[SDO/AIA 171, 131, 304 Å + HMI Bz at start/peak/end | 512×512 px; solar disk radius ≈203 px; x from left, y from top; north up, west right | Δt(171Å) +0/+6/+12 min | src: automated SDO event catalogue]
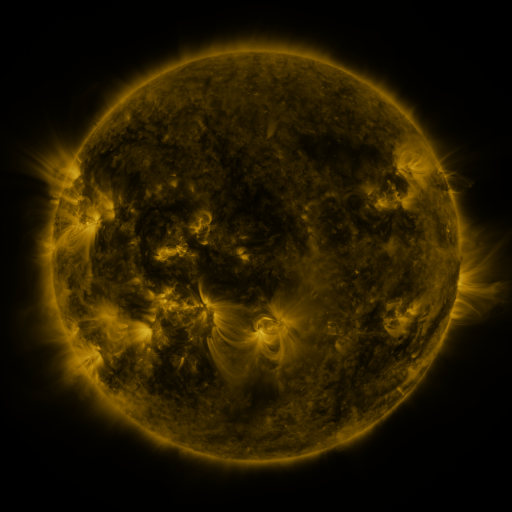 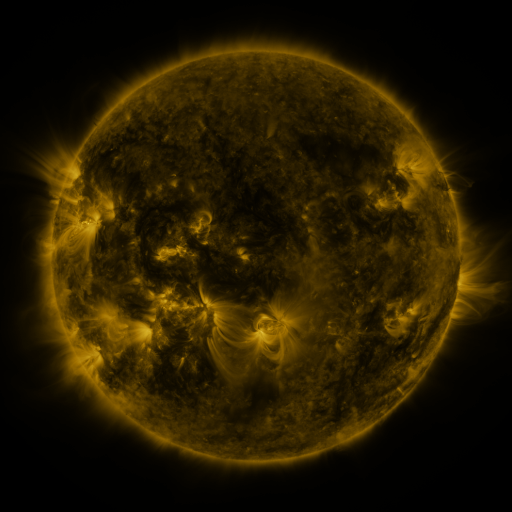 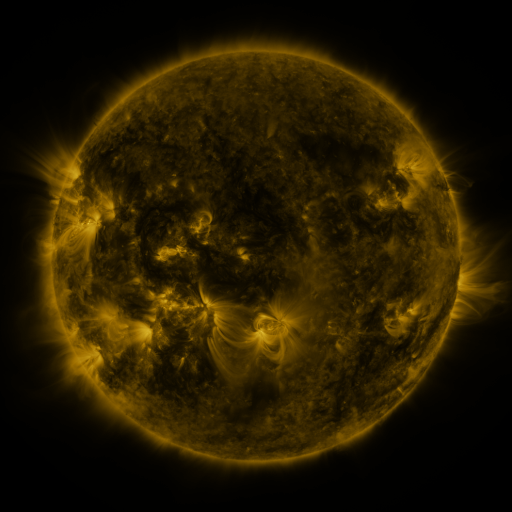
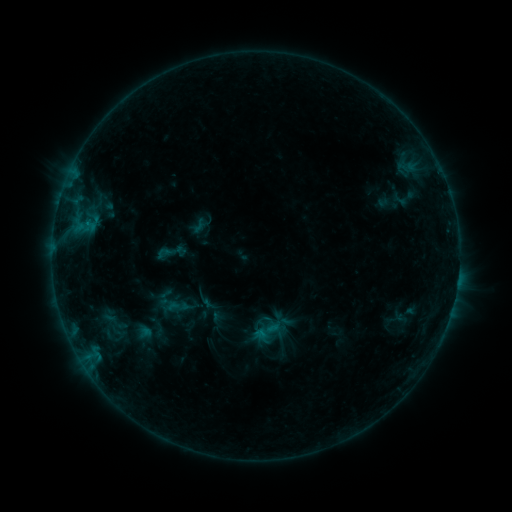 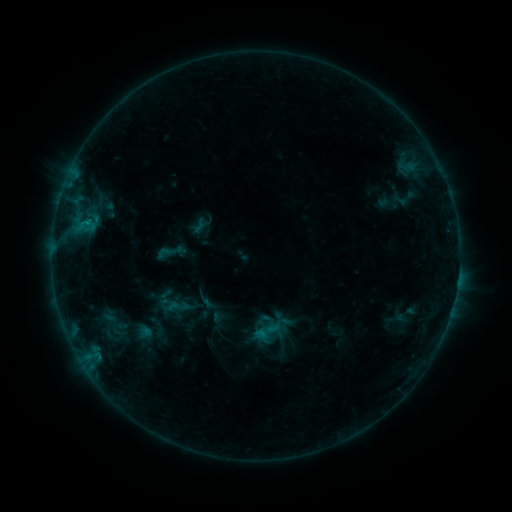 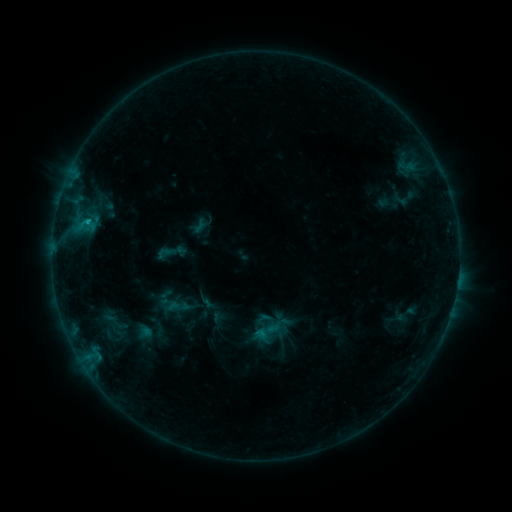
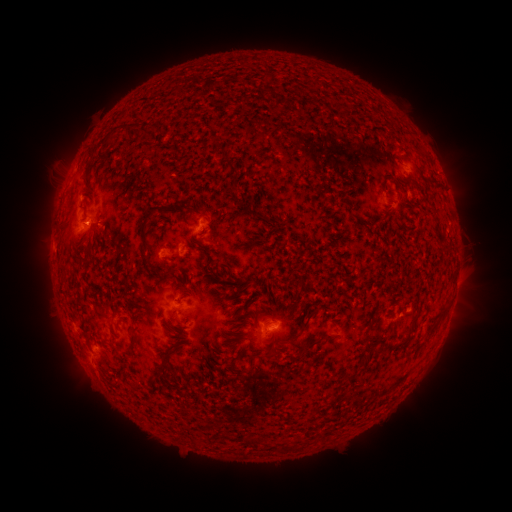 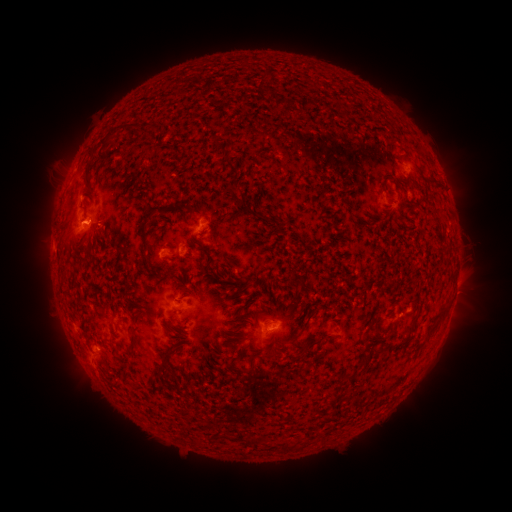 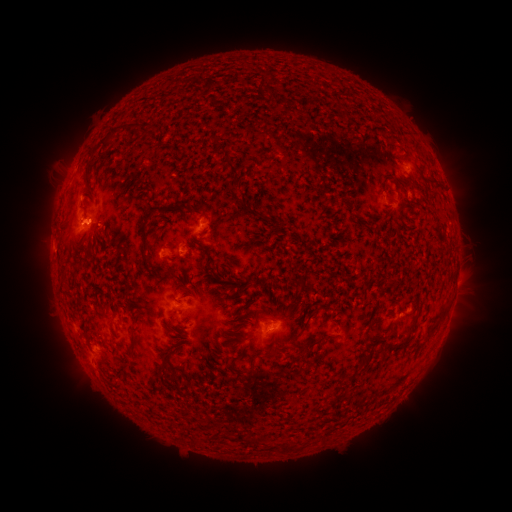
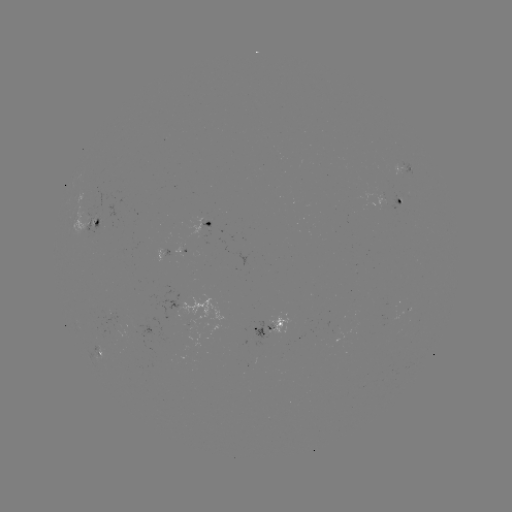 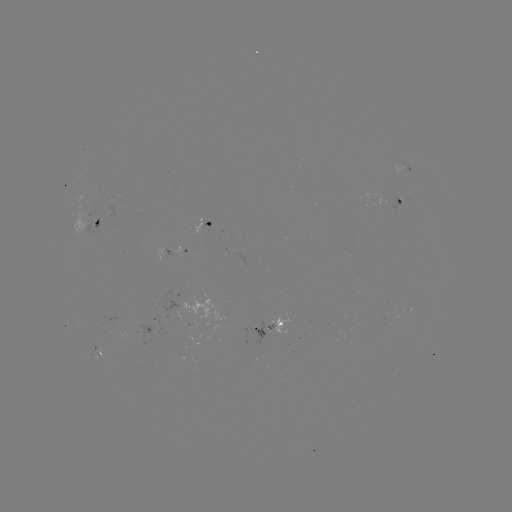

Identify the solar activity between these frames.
B8.4 flare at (87, 224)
